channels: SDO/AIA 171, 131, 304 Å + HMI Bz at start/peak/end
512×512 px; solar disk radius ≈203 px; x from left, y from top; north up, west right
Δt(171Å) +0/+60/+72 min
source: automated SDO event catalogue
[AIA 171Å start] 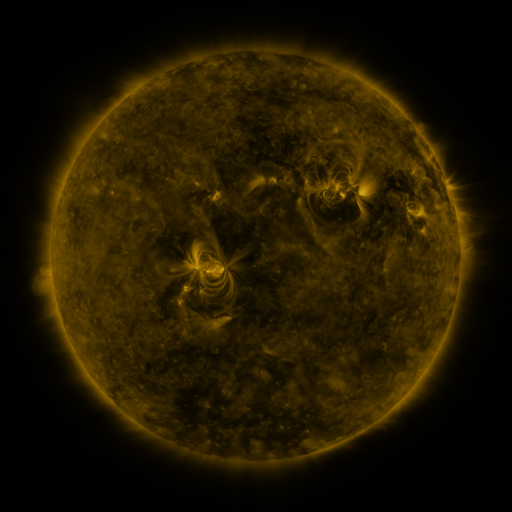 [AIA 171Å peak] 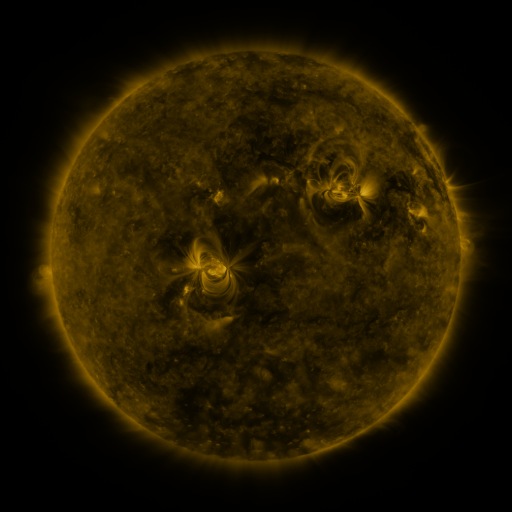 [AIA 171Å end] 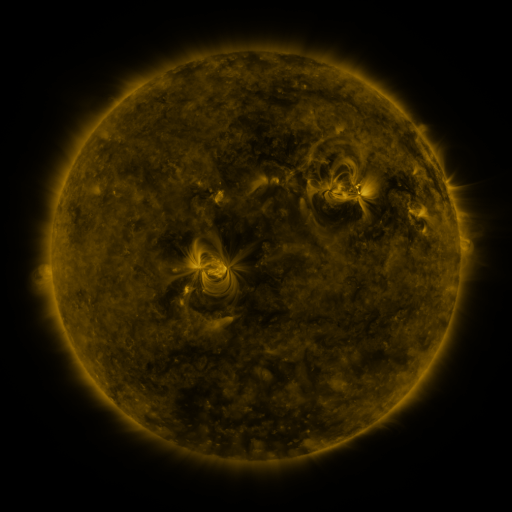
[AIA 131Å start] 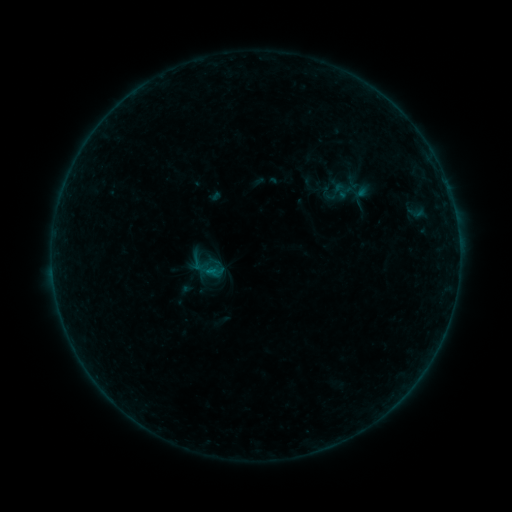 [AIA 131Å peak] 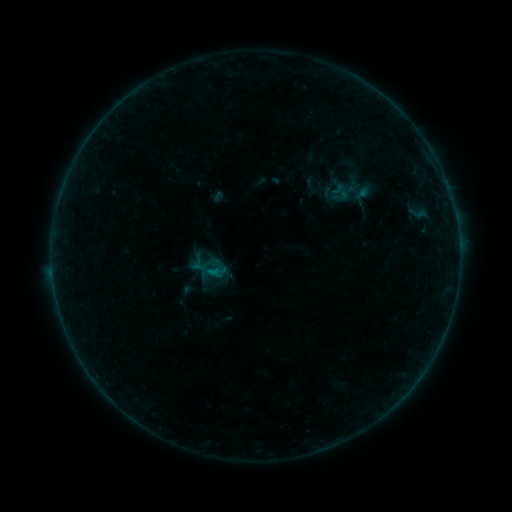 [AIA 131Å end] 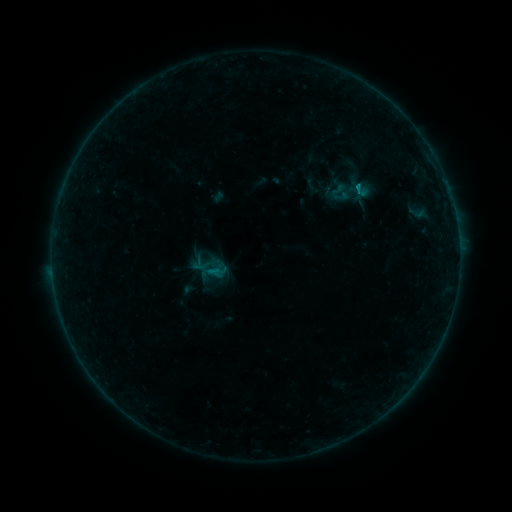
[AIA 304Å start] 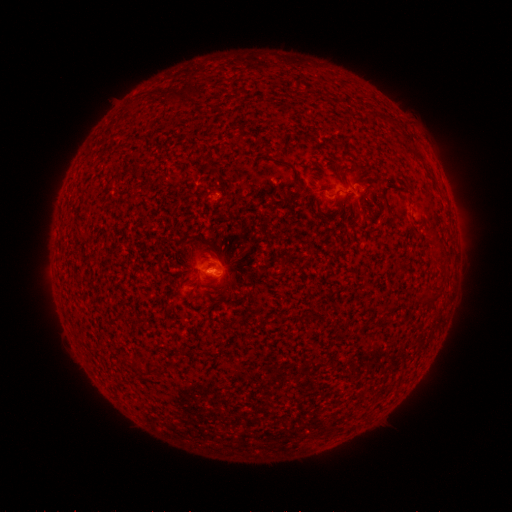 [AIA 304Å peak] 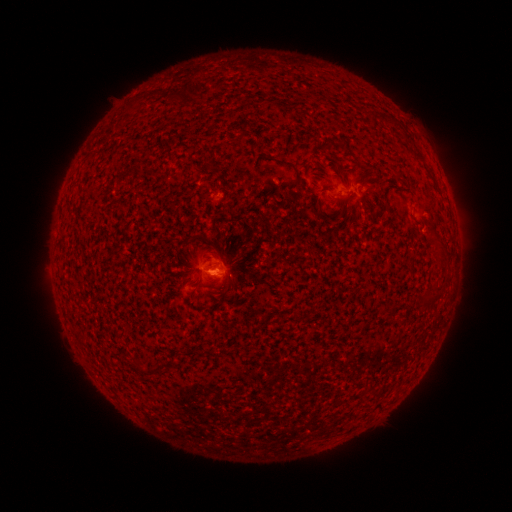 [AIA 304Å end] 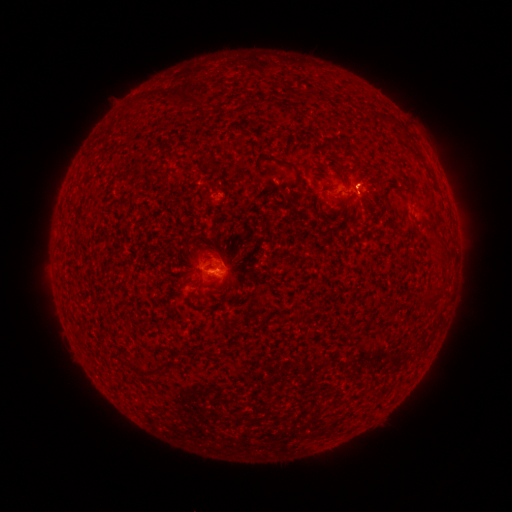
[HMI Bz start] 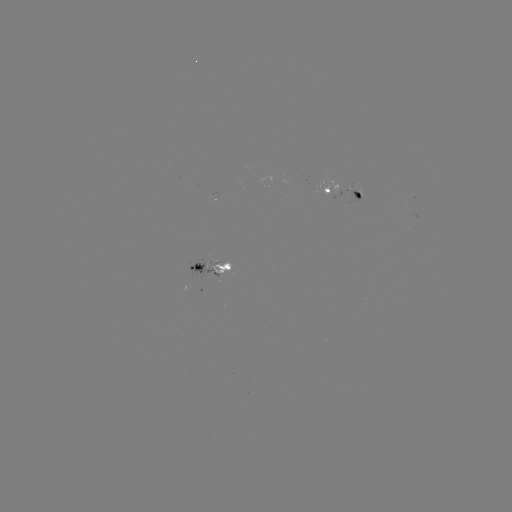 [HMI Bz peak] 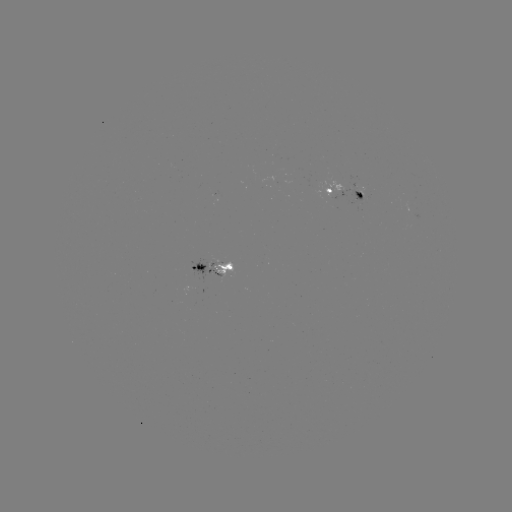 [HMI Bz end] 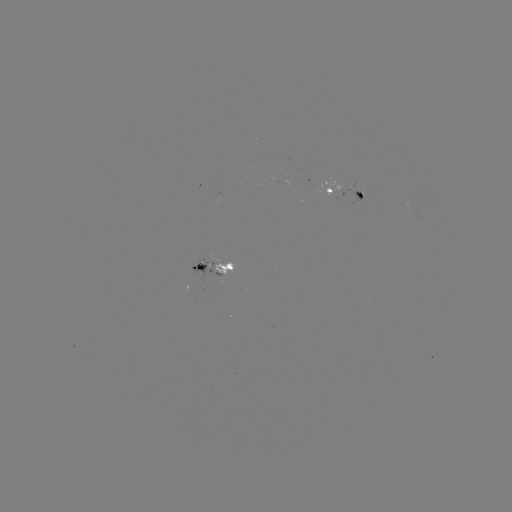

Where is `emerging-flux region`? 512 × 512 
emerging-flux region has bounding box [353, 183, 364, 193].